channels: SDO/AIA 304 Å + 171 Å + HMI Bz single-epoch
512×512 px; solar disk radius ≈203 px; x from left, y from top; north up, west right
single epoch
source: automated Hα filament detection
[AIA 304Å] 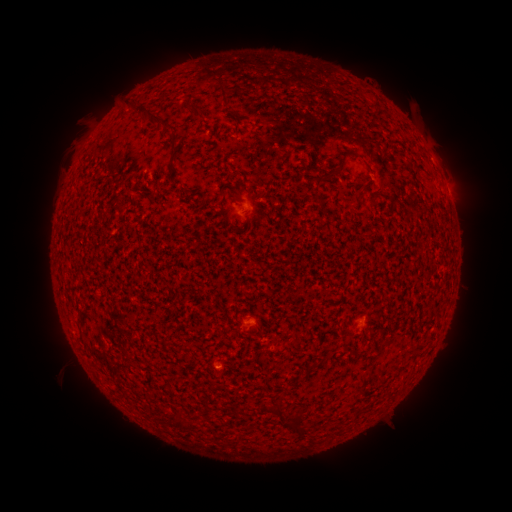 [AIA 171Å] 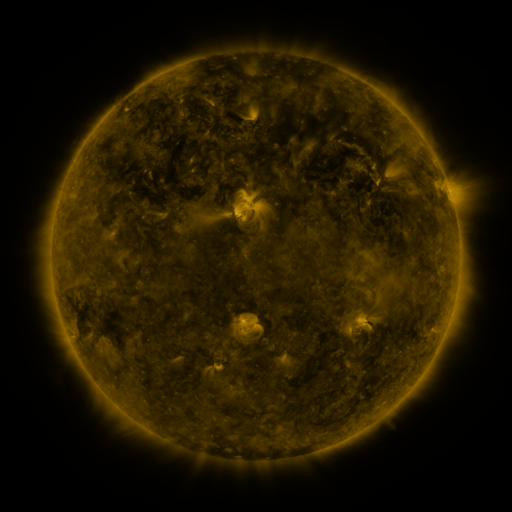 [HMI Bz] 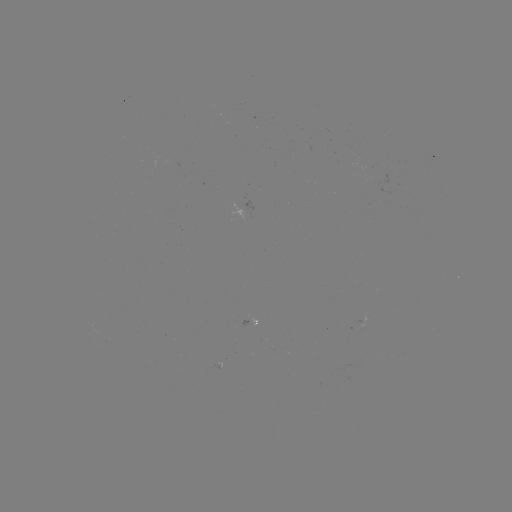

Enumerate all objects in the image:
filament: <bbox>221, 86, 231, 97</bbox>
filament: <bbox>136, 105, 173, 129</bbox>
filament: <bbox>192, 106, 206, 118</bbox>
filament: <bbox>169, 131, 183, 155</bbox>
filament: <bbox>322, 155, 351, 184</bbox>
filament: <bbox>356, 192, 364, 204</bbox>
filament: <bbox>378, 340, 390, 351</bbox>
filament: <bbox>305, 363, 317, 370</bbox>
filament: <bbox>285, 412, 299, 438</bbox>
